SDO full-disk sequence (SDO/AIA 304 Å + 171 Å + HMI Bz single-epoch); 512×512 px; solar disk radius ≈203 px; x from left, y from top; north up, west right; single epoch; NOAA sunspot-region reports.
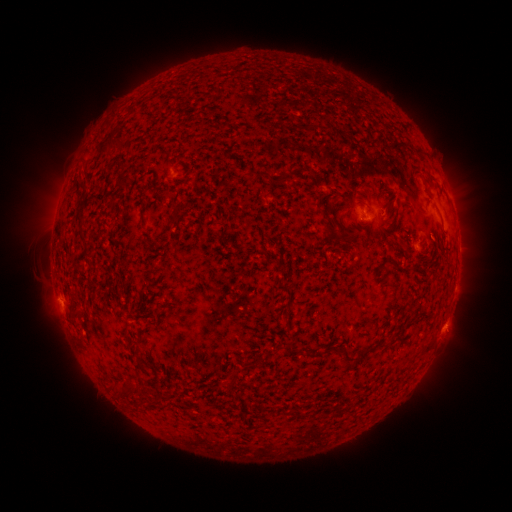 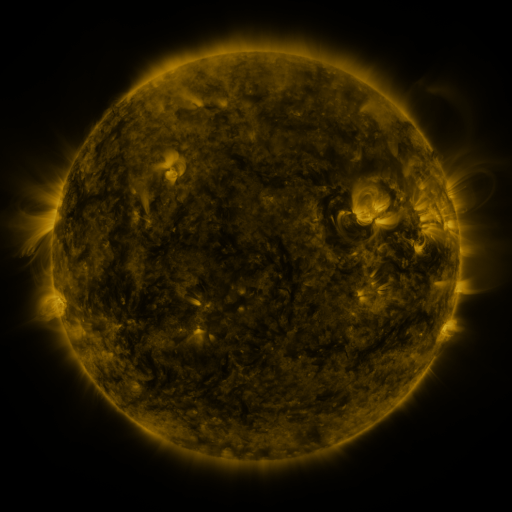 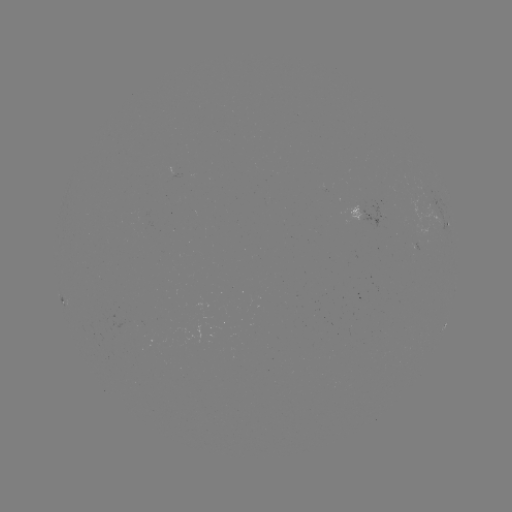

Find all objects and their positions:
spotted active region: (368, 214)
spotted active region: (449, 229)
